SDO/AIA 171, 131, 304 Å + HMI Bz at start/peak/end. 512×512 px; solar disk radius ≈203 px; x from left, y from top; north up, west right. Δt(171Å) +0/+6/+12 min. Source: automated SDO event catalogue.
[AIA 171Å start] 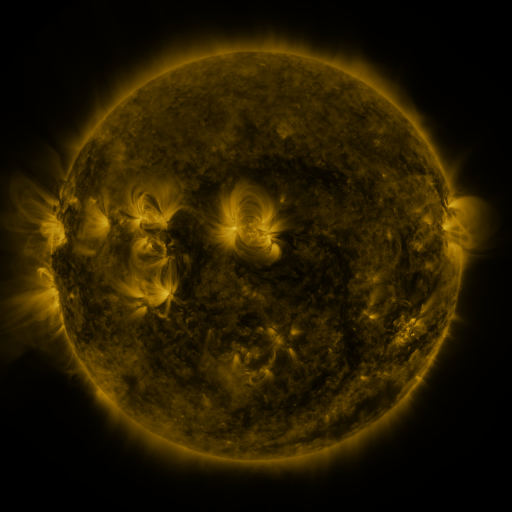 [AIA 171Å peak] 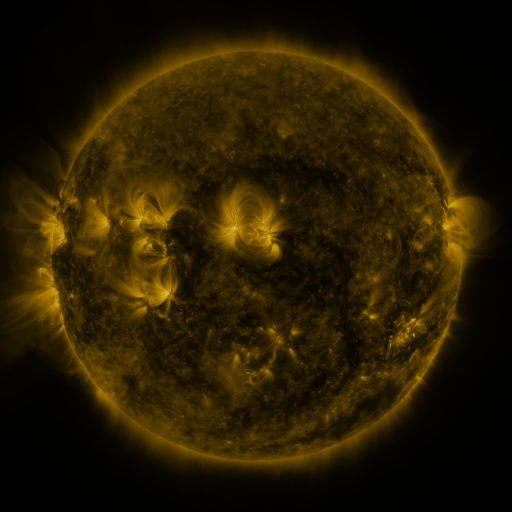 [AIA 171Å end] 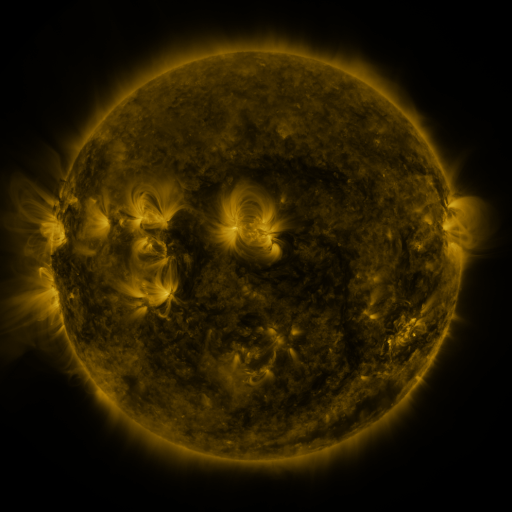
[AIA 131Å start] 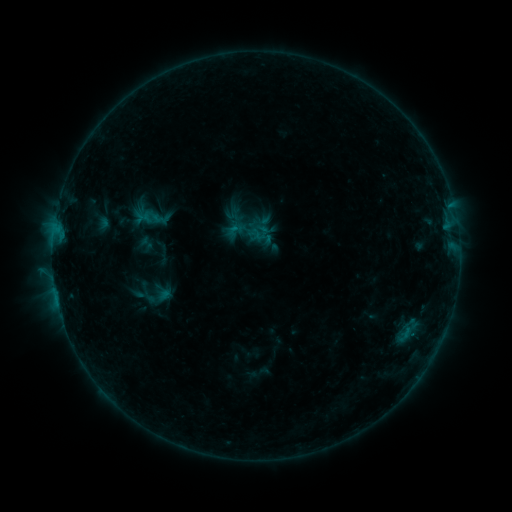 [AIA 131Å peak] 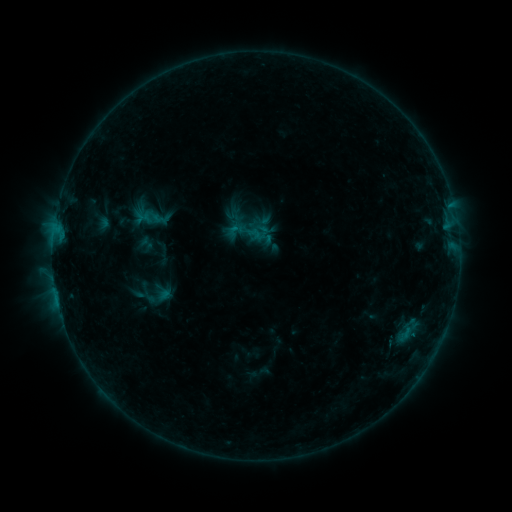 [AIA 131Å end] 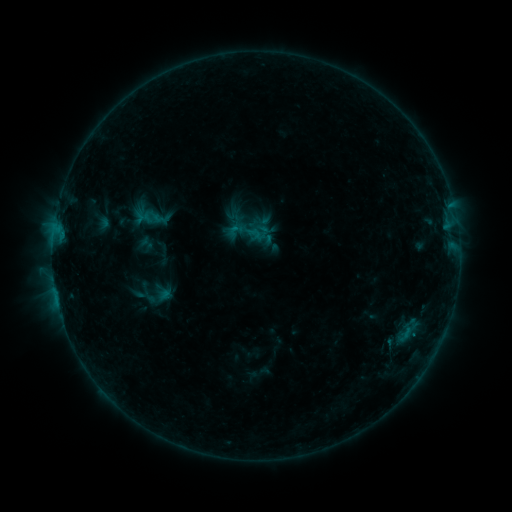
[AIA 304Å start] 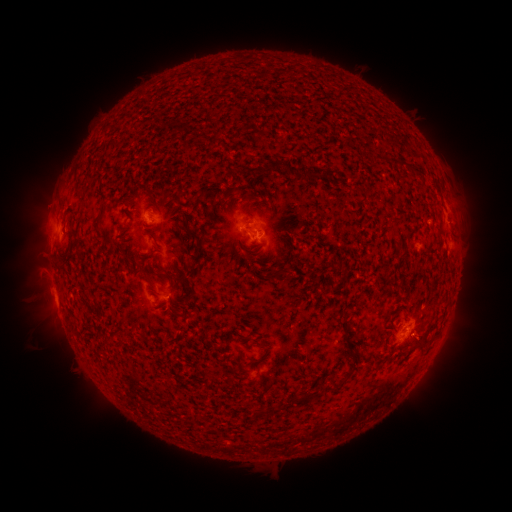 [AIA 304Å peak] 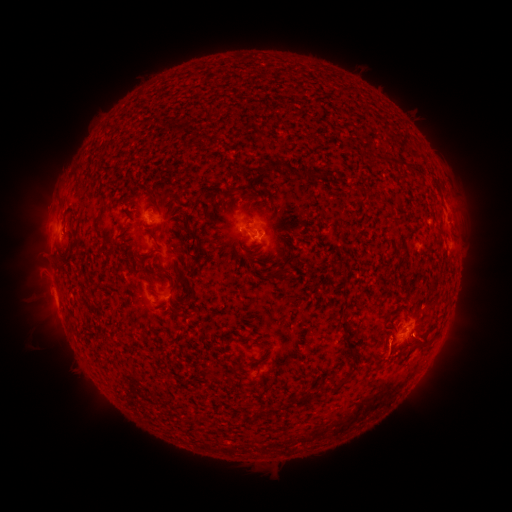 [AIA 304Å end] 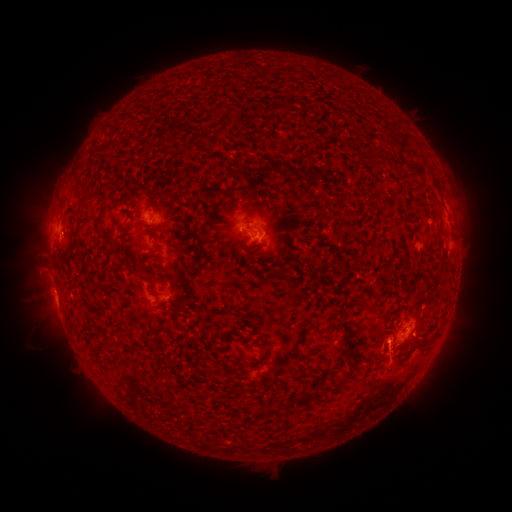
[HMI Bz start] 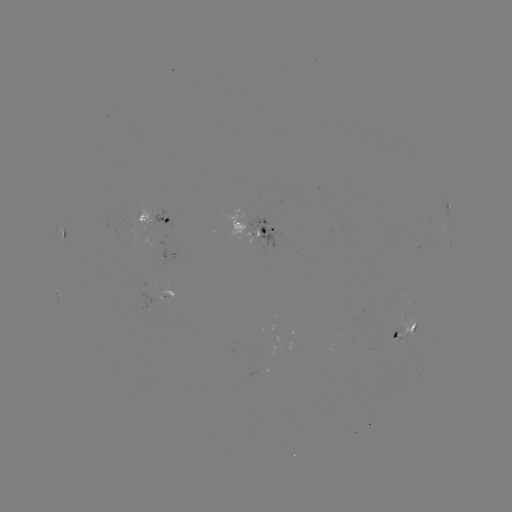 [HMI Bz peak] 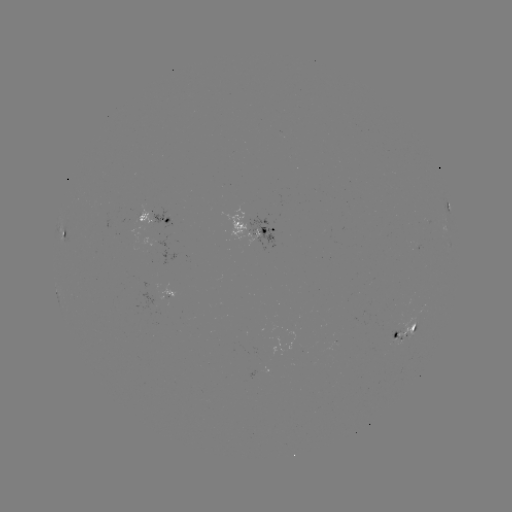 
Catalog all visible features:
eruption: (392, 370)
